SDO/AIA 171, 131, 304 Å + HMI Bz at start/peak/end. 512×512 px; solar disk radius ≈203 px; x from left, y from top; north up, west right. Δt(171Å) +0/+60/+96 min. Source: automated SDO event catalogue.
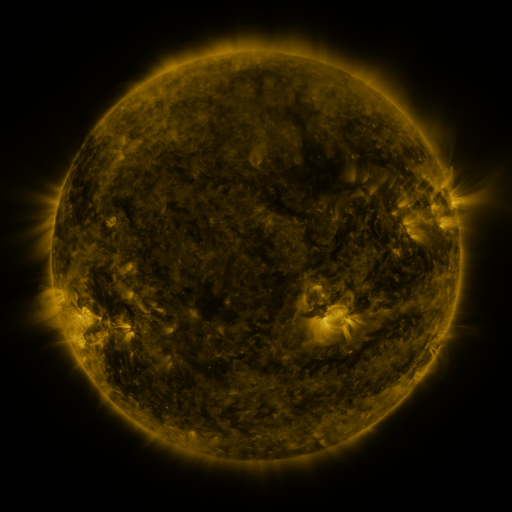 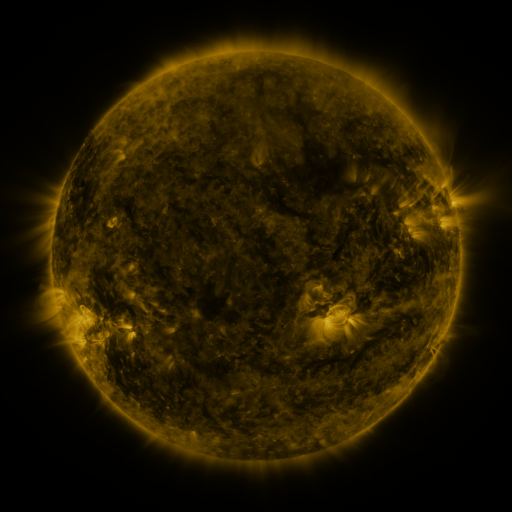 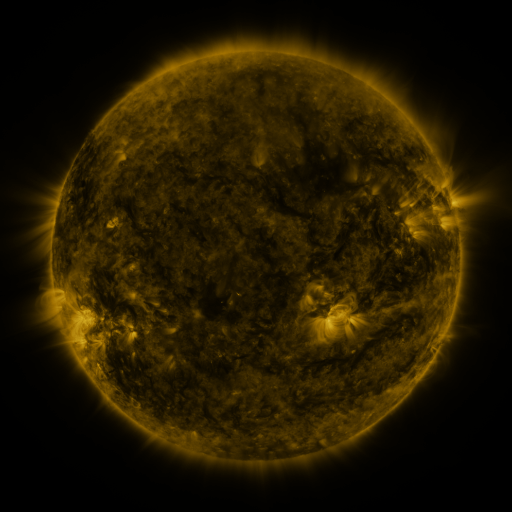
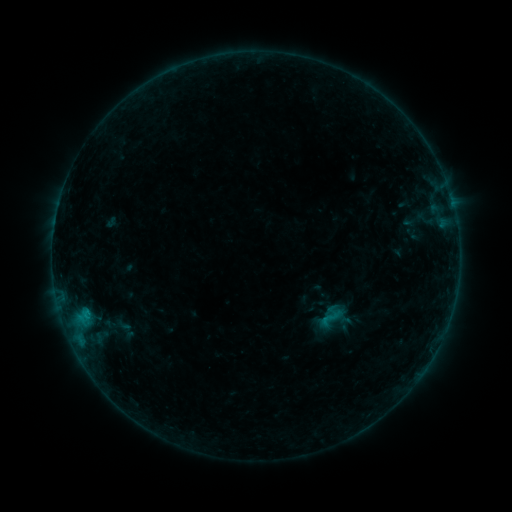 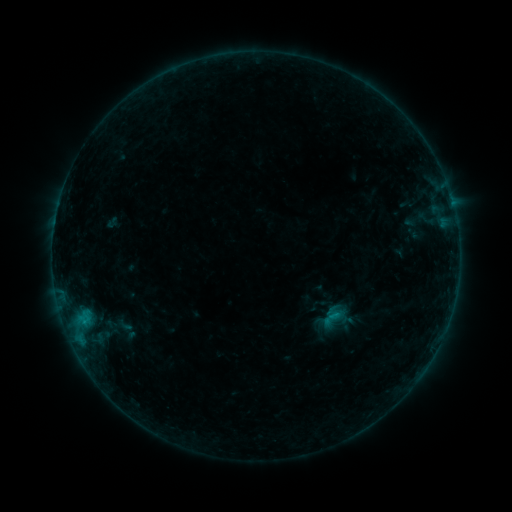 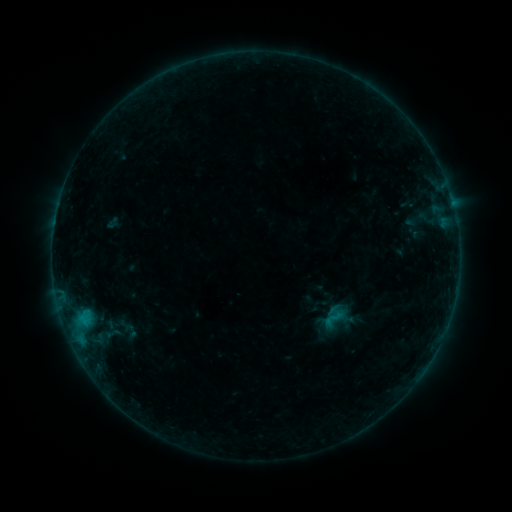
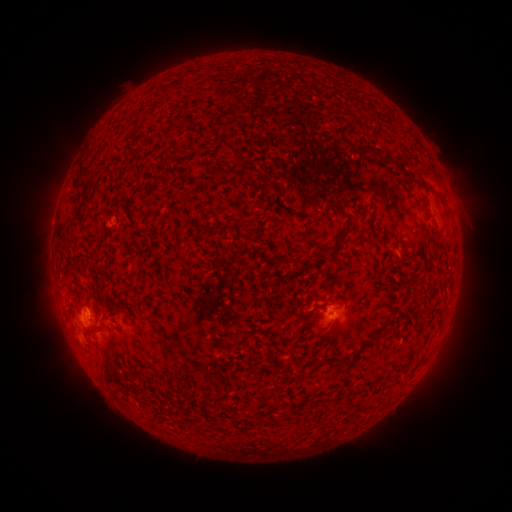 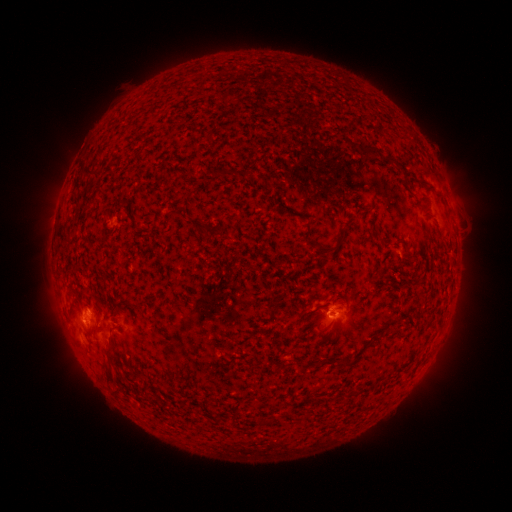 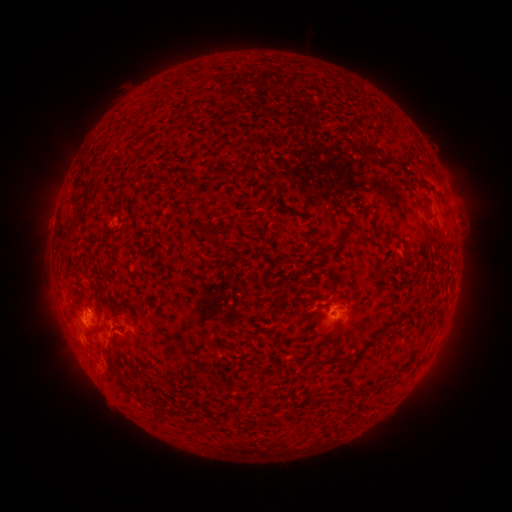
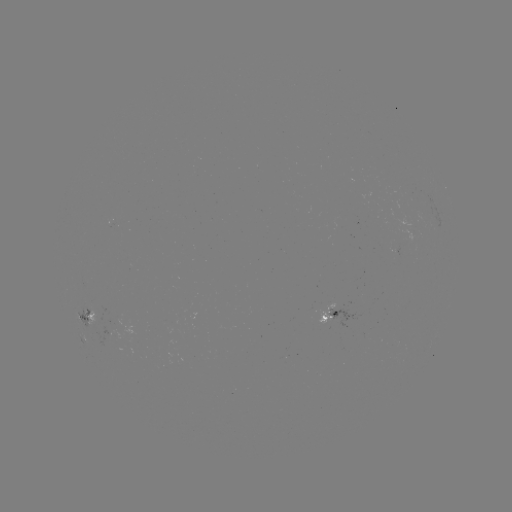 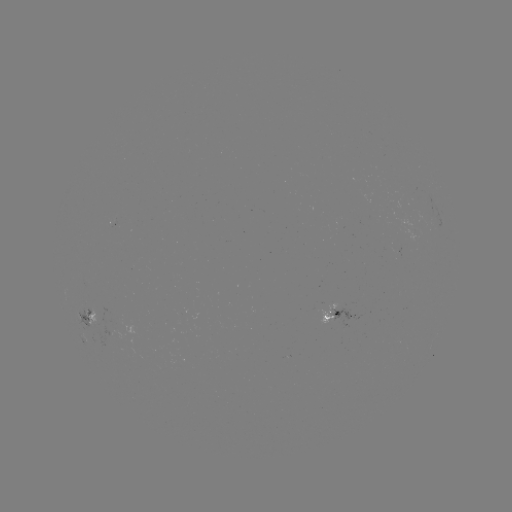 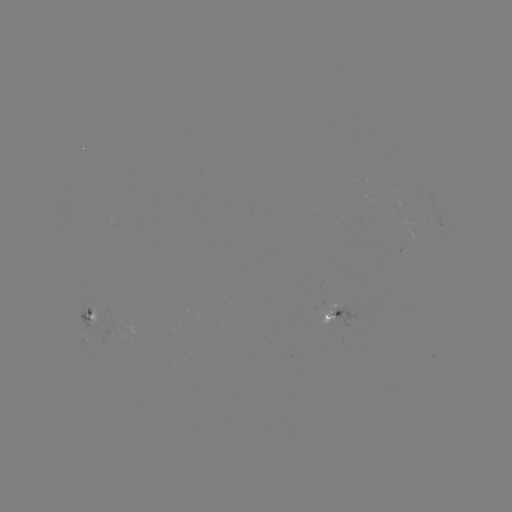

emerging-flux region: (394, 230, 423, 255)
